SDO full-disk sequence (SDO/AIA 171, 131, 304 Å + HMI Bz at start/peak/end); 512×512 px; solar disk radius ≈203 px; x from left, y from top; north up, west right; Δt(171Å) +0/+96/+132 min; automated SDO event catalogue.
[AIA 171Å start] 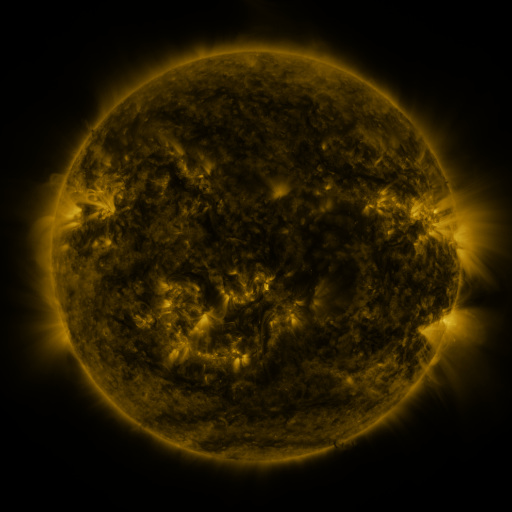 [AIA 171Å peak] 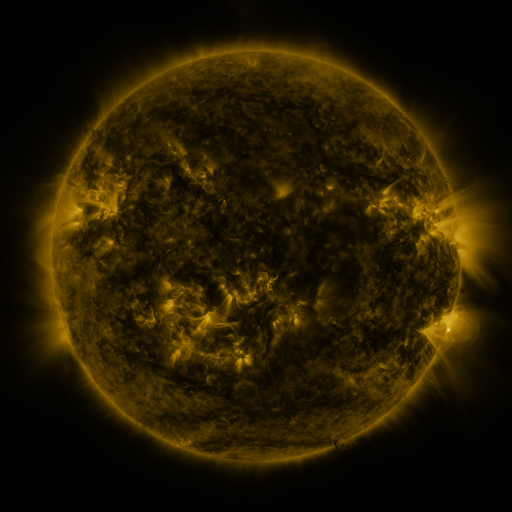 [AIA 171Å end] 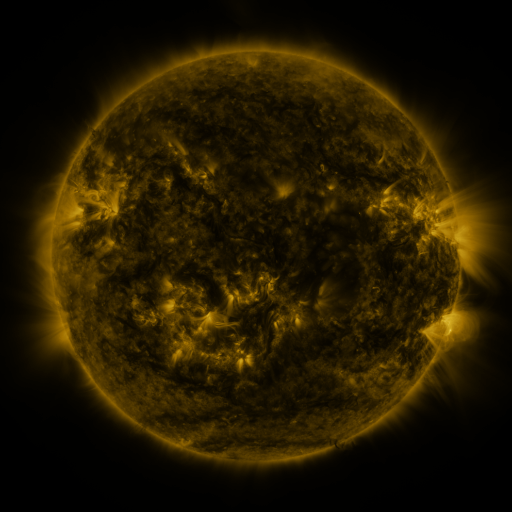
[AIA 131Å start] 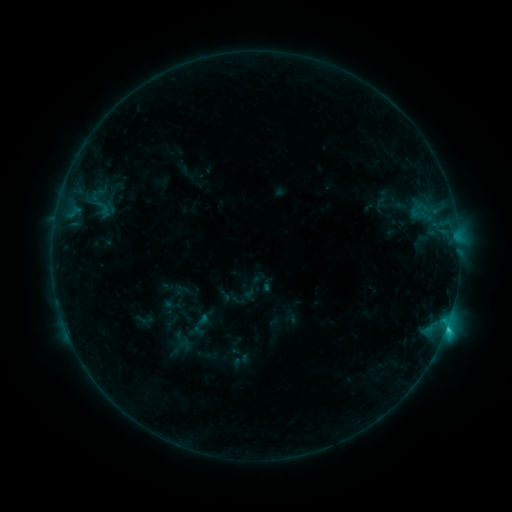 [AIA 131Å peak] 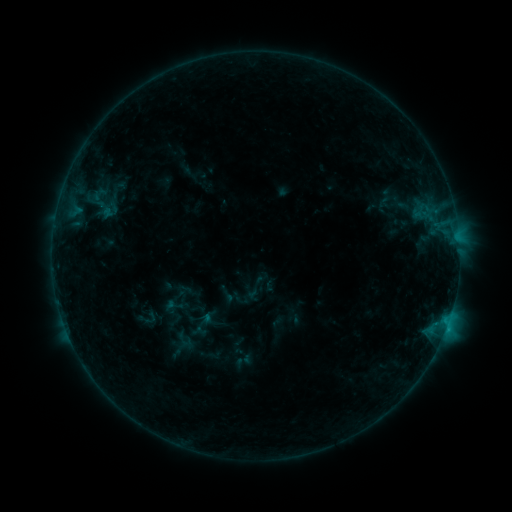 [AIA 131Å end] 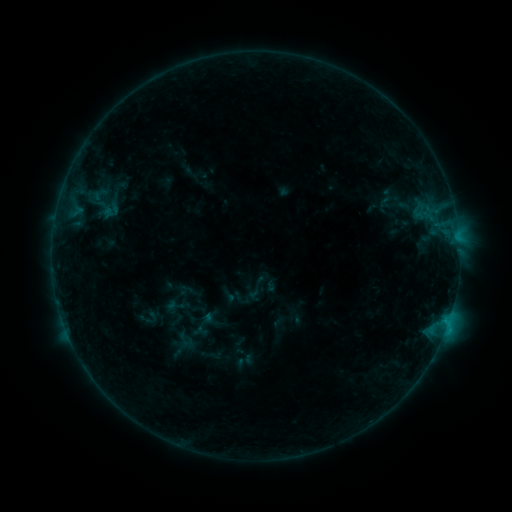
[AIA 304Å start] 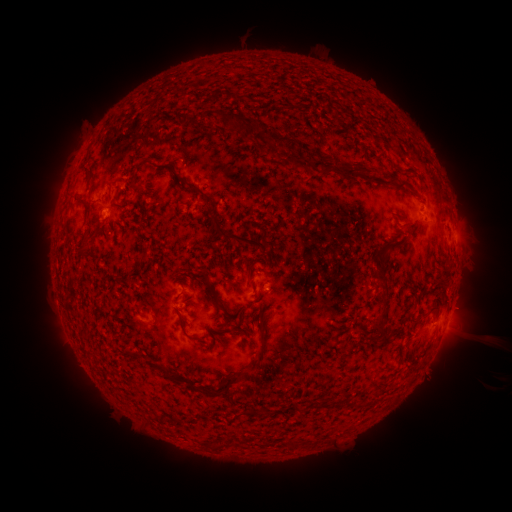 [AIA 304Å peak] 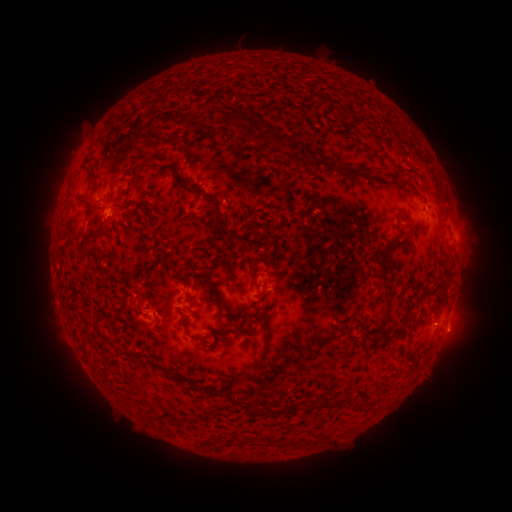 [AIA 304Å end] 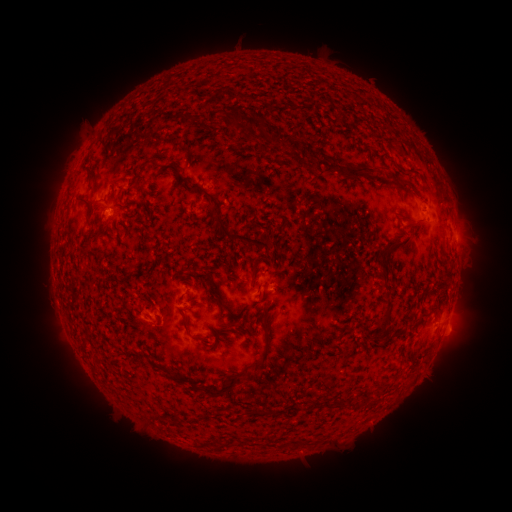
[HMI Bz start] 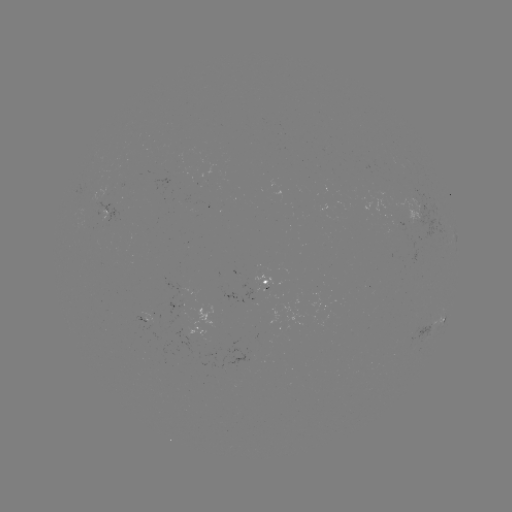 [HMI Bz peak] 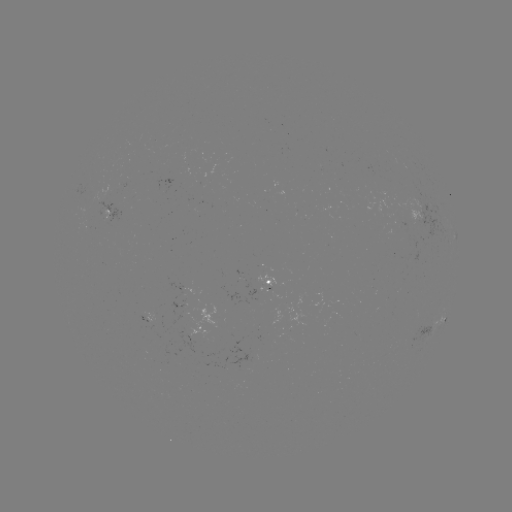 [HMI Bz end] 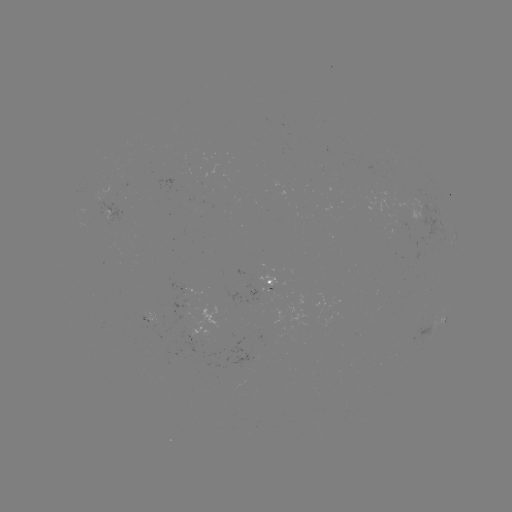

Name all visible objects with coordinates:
emerging-flux region: (181, 305)
